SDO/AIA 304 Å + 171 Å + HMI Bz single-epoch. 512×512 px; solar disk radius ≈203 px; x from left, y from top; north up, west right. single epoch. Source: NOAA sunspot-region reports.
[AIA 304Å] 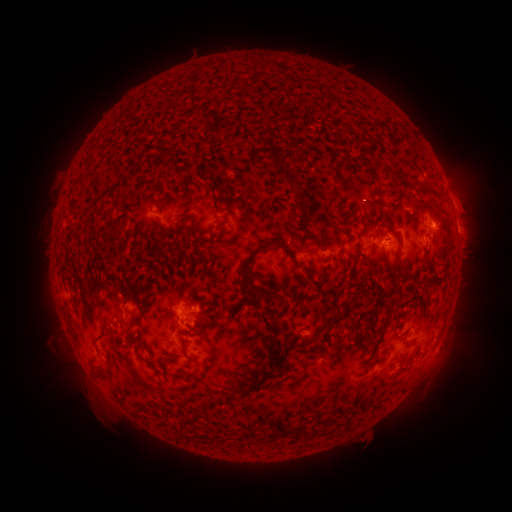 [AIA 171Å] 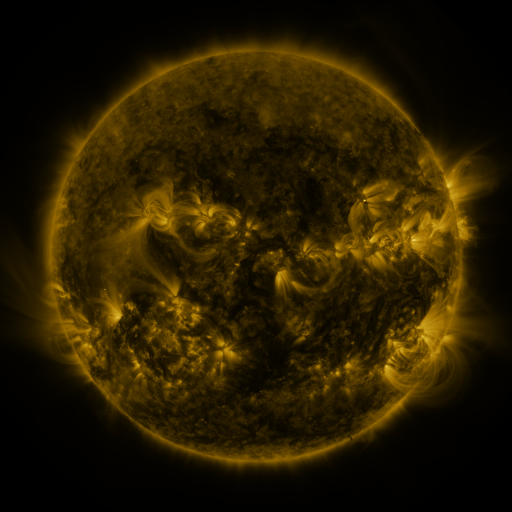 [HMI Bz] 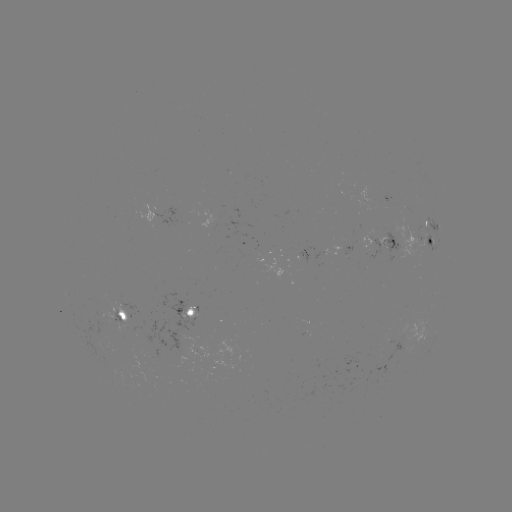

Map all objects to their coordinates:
spotted active region: (165, 210)
spotted active region: (430, 239)
spotted active region: (388, 245)
spotted active region: (187, 310)
spotted active region: (122, 315)
spotted active region: (395, 343)
